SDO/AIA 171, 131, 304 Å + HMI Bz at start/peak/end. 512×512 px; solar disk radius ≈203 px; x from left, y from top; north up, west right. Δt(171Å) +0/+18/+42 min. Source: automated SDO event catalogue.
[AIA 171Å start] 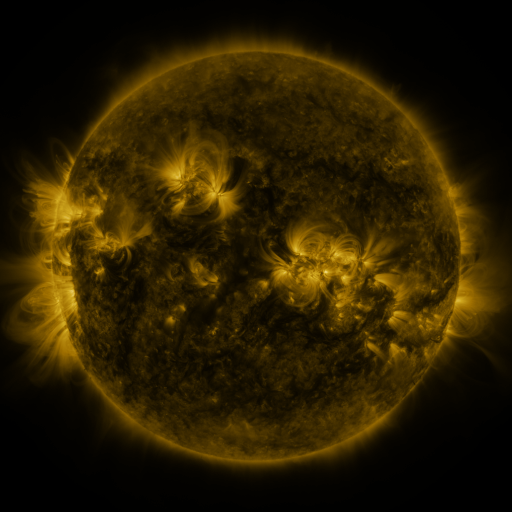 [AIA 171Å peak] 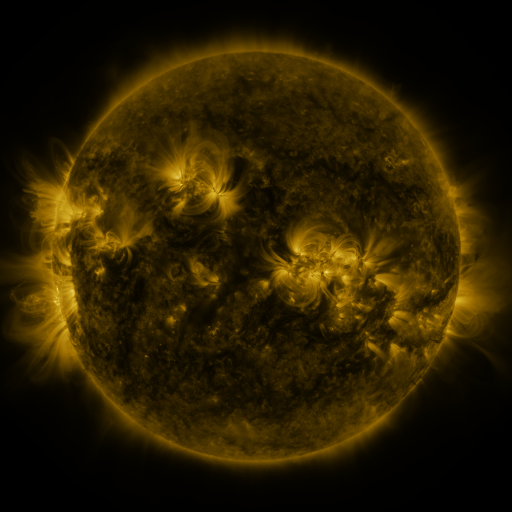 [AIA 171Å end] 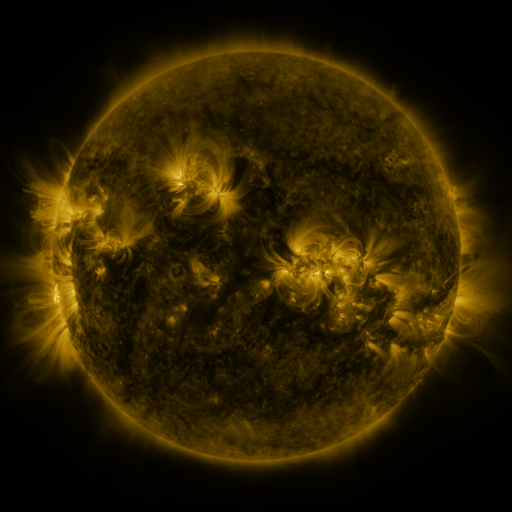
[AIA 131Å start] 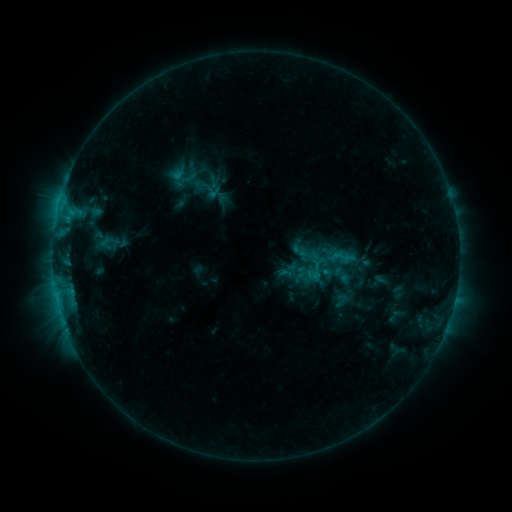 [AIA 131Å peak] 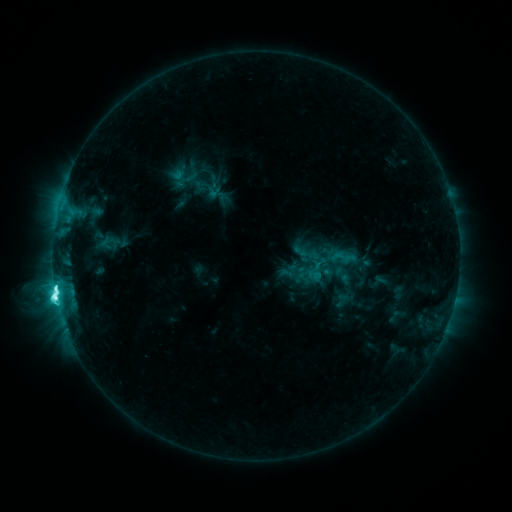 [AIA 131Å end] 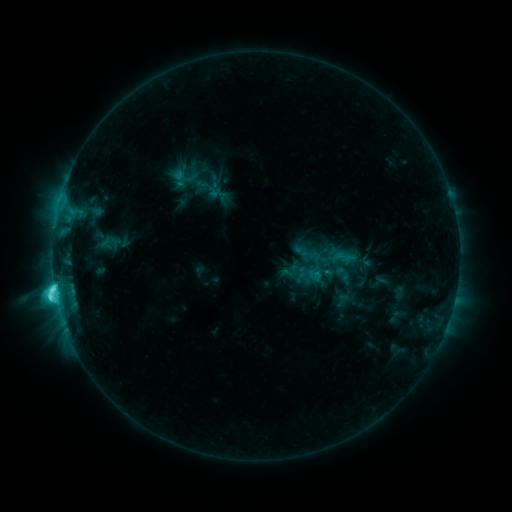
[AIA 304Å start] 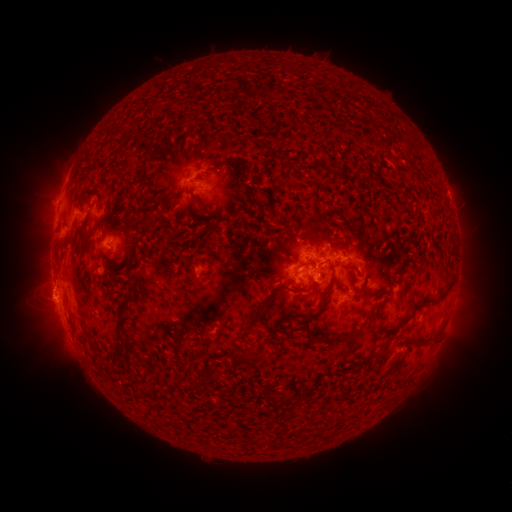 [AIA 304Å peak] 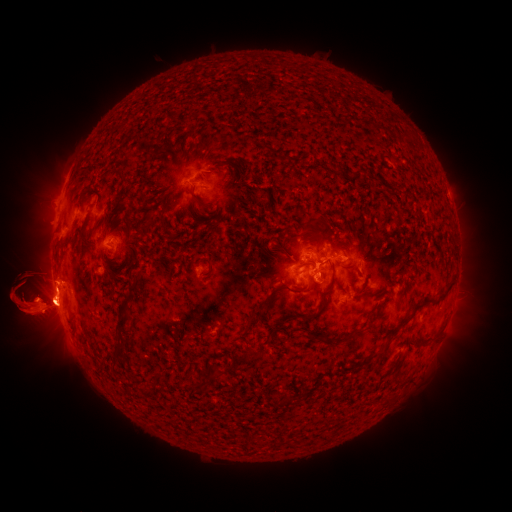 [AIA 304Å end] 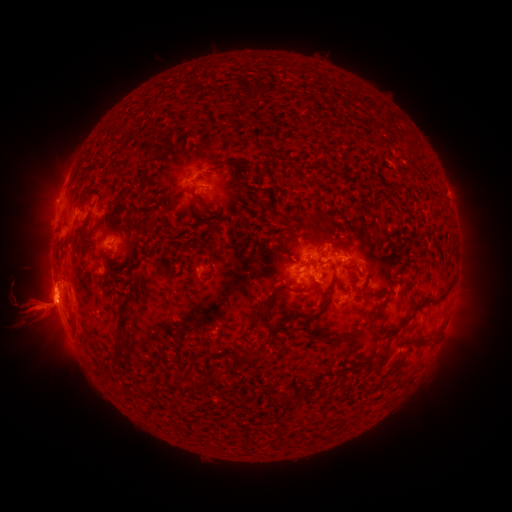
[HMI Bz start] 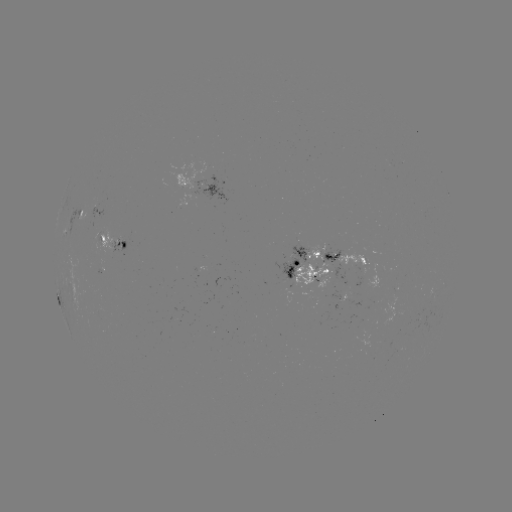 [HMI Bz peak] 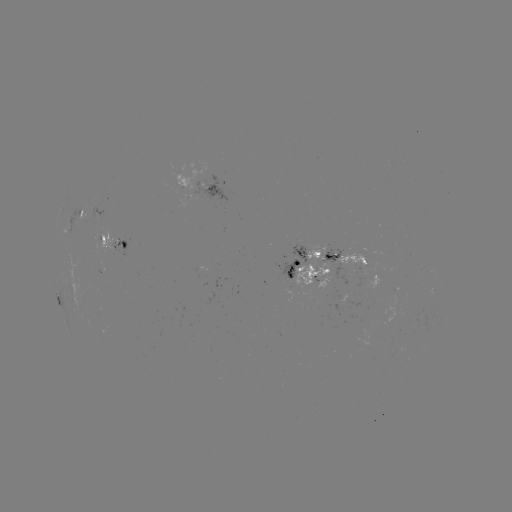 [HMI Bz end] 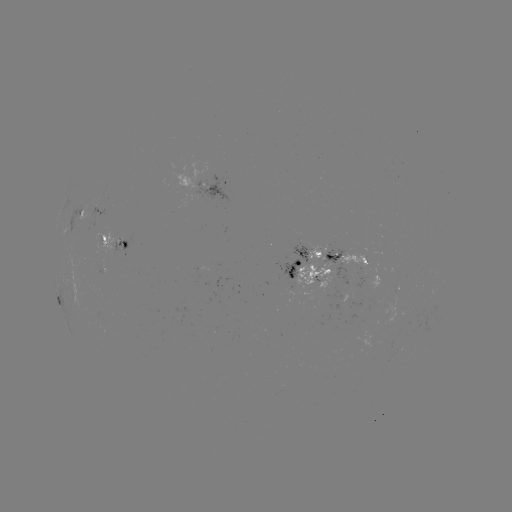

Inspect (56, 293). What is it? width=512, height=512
M1.2 flare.